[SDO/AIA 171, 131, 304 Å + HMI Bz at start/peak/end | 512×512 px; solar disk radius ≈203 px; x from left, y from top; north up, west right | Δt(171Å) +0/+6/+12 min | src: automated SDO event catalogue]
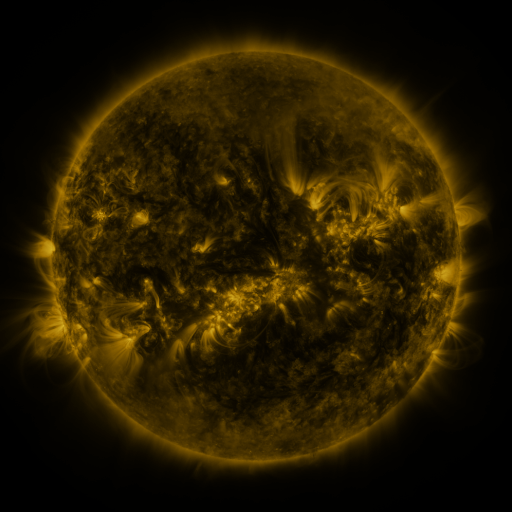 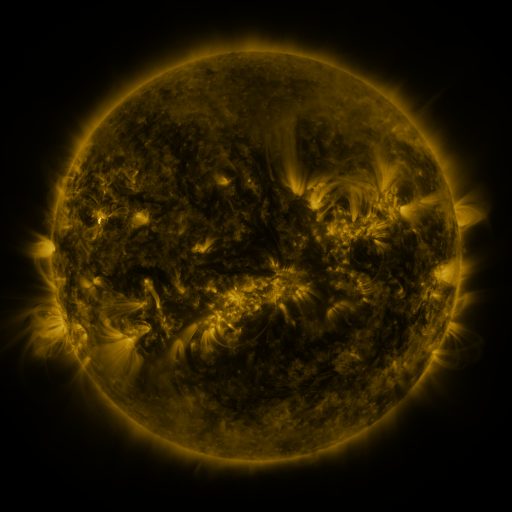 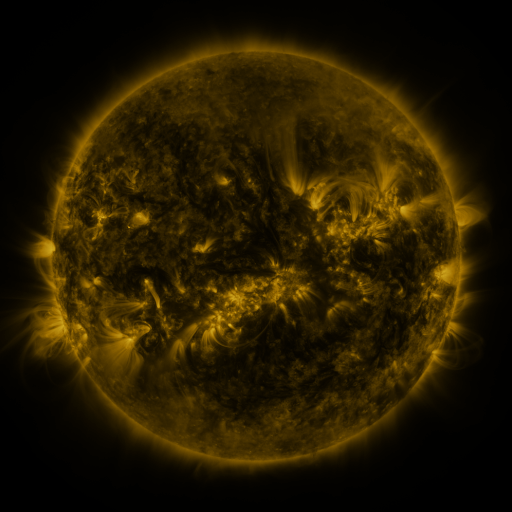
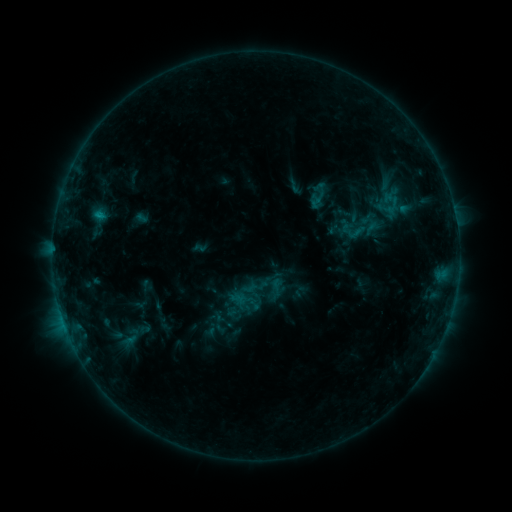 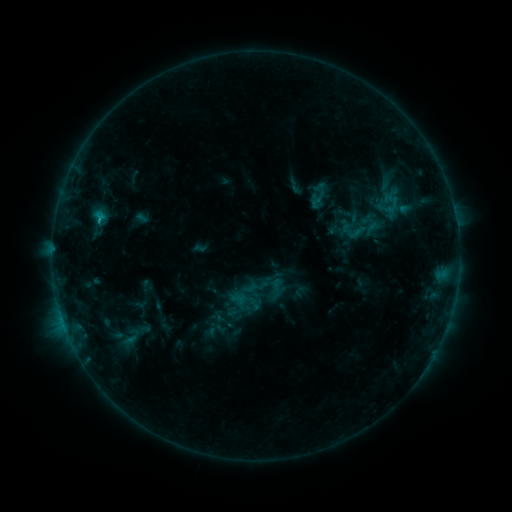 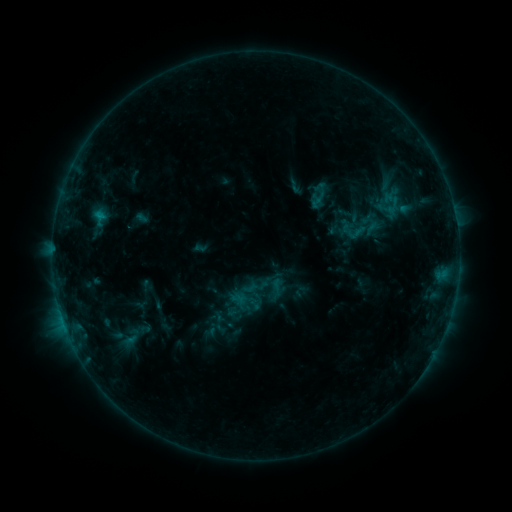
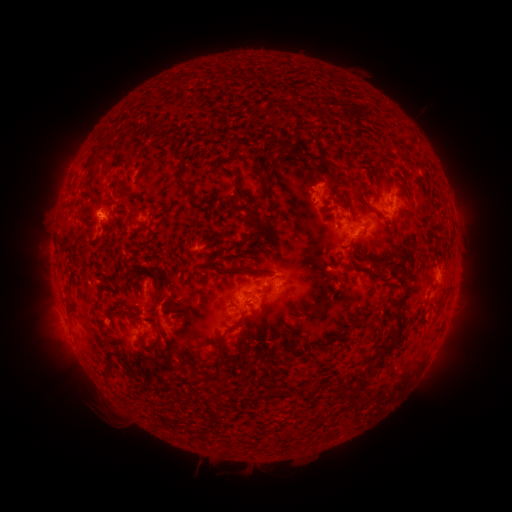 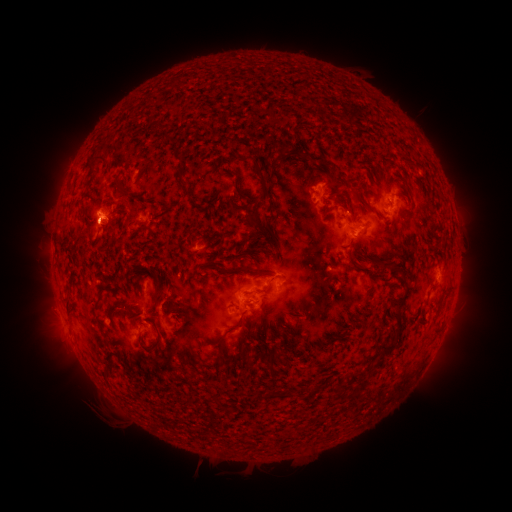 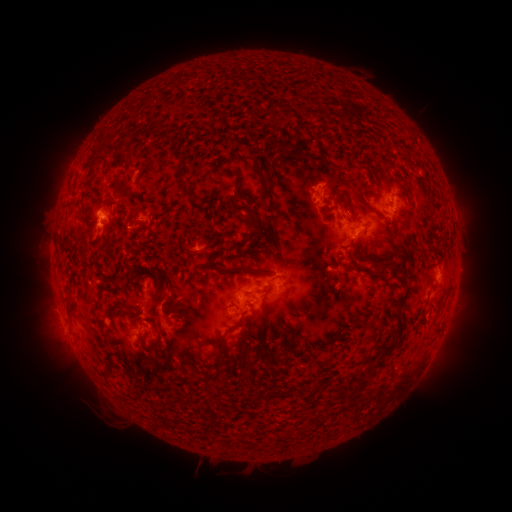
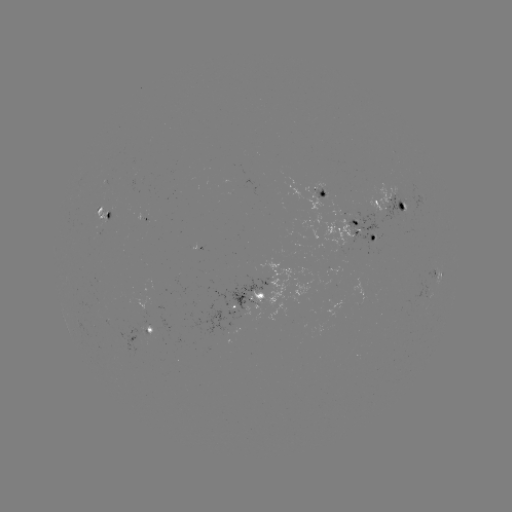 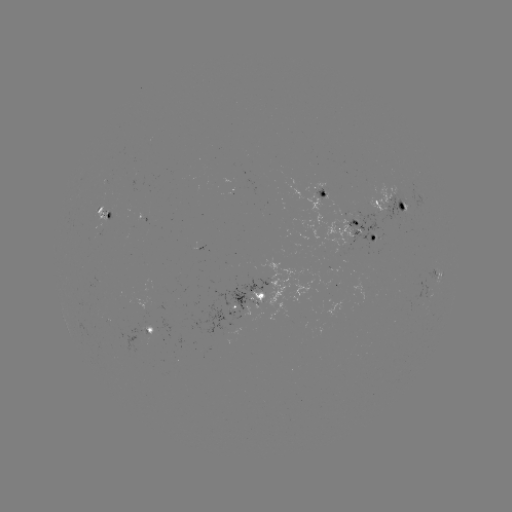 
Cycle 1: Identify eruption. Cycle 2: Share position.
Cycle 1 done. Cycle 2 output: [97, 233].